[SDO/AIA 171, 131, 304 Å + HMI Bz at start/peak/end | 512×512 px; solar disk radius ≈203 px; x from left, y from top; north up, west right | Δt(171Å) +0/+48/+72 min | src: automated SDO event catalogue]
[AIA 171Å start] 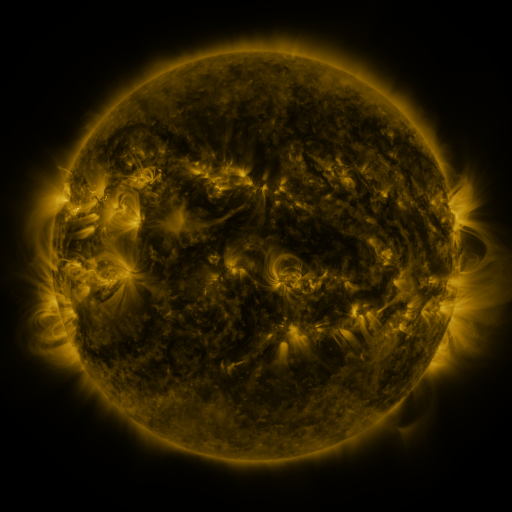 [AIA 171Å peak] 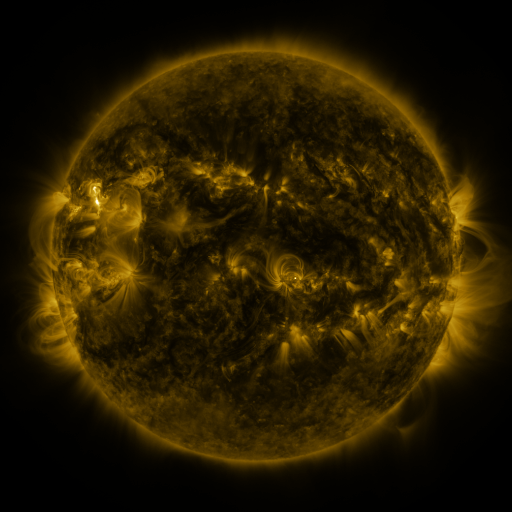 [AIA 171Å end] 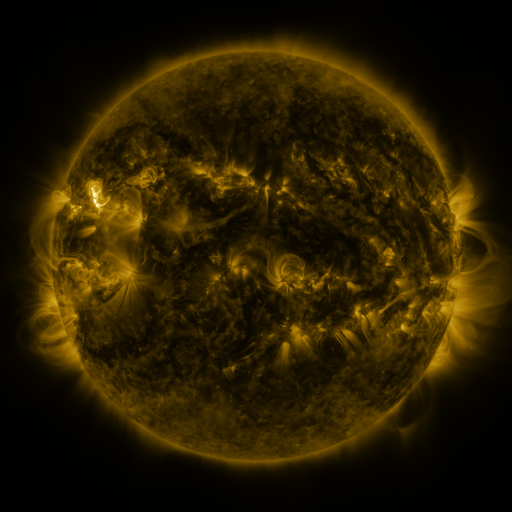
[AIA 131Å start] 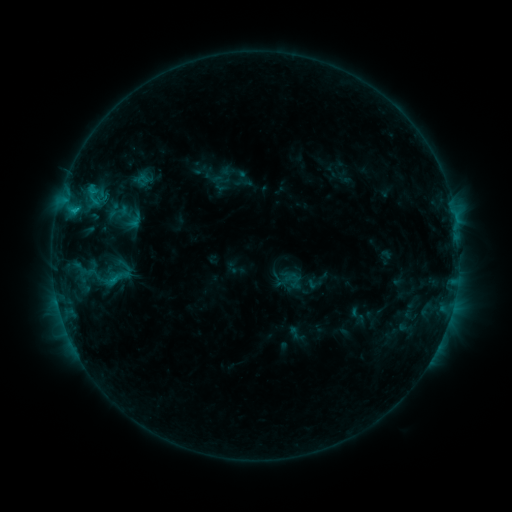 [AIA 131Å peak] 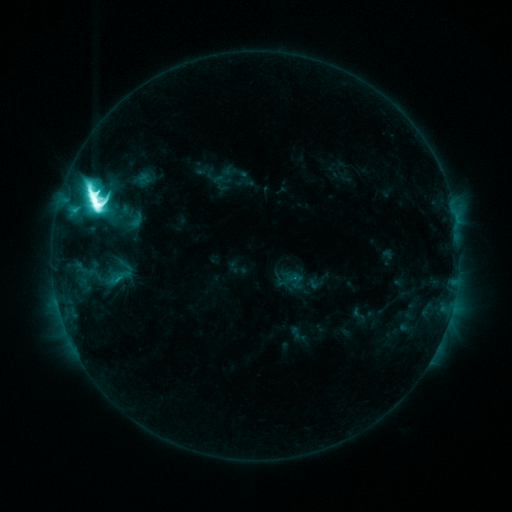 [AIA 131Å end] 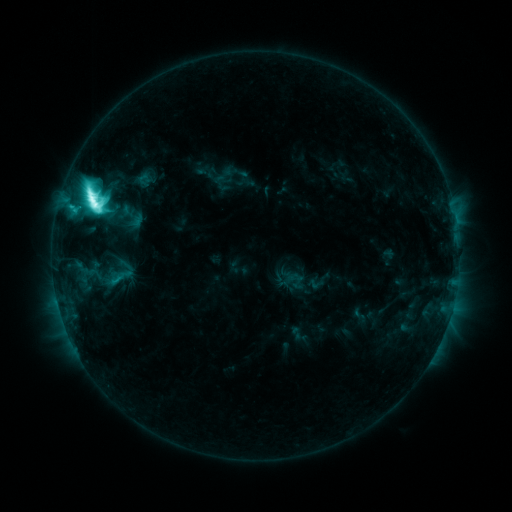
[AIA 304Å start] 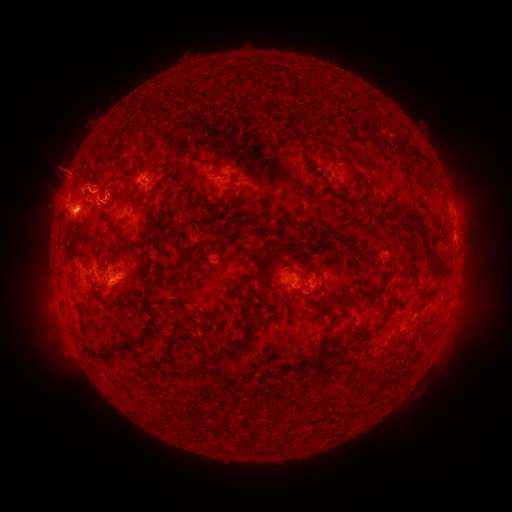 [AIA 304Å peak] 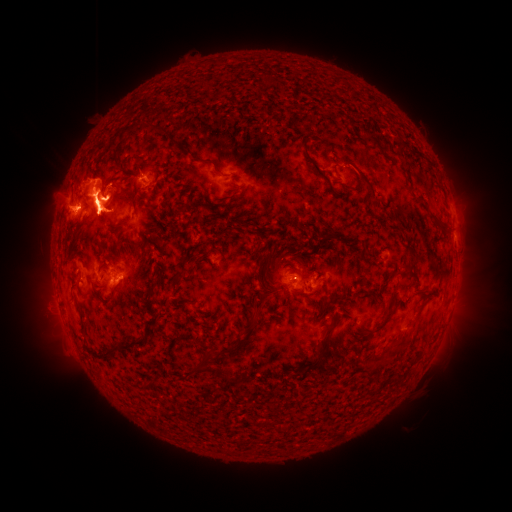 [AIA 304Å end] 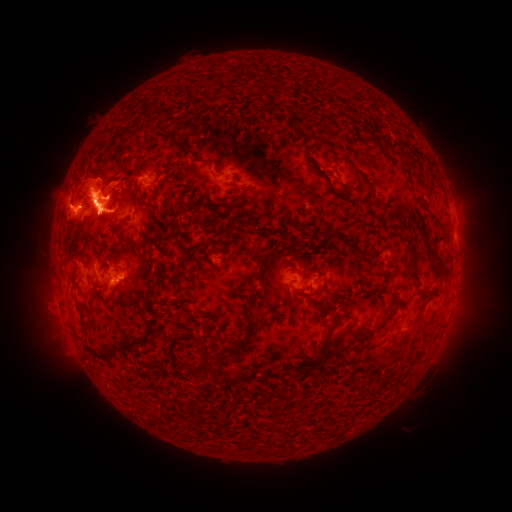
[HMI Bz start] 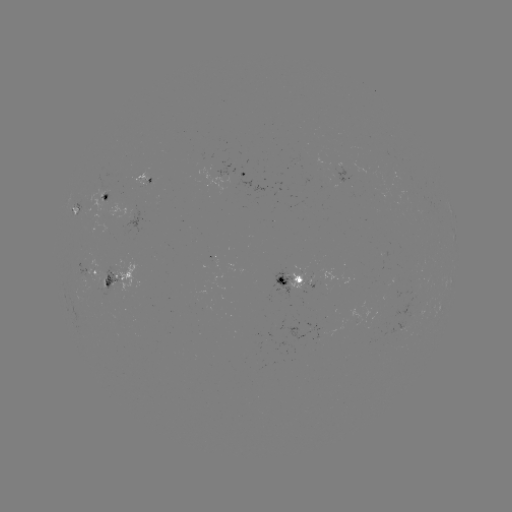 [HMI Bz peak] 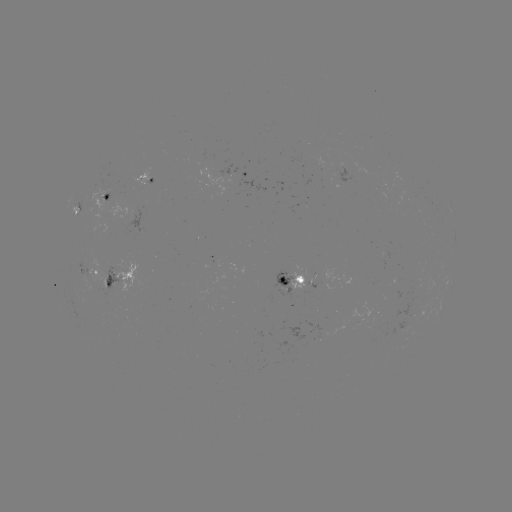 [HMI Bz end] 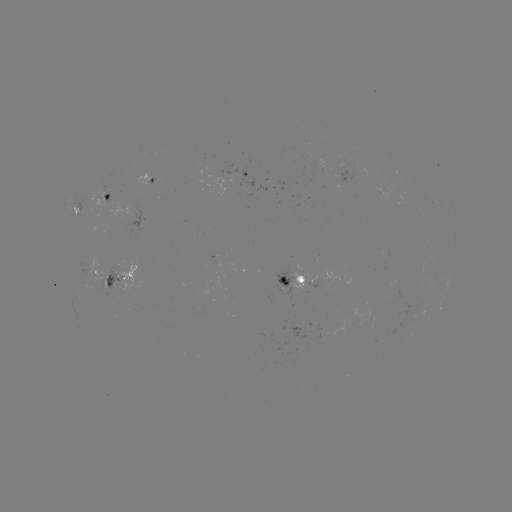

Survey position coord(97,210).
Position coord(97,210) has M6.5 flare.